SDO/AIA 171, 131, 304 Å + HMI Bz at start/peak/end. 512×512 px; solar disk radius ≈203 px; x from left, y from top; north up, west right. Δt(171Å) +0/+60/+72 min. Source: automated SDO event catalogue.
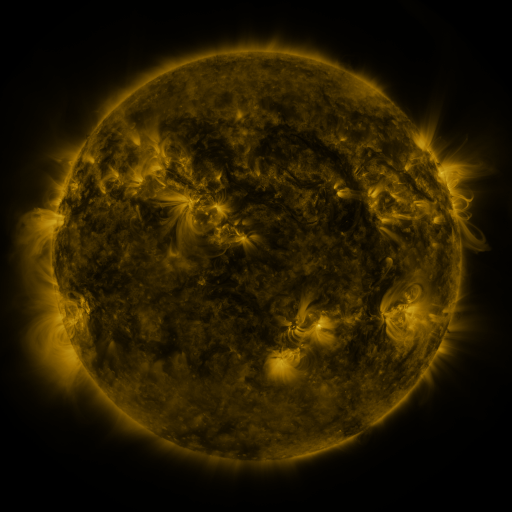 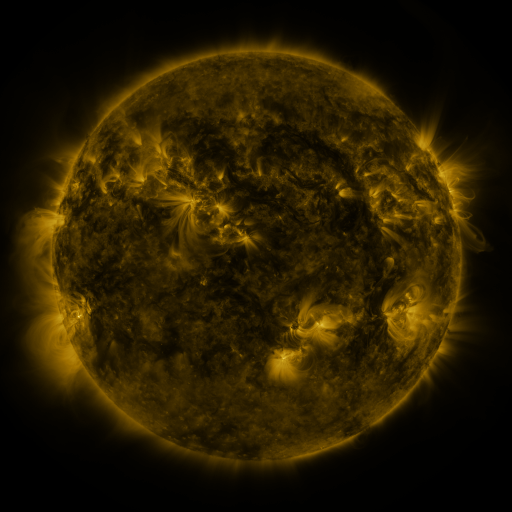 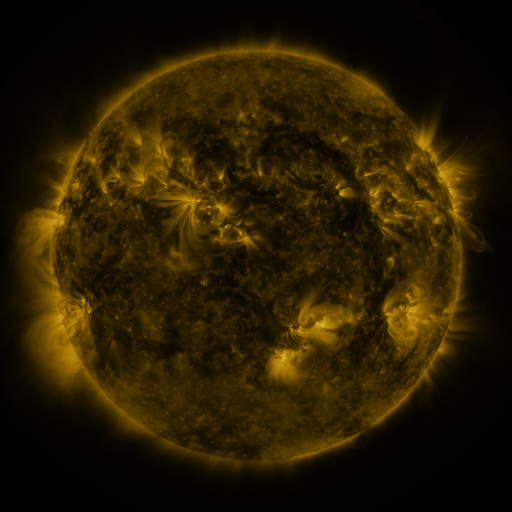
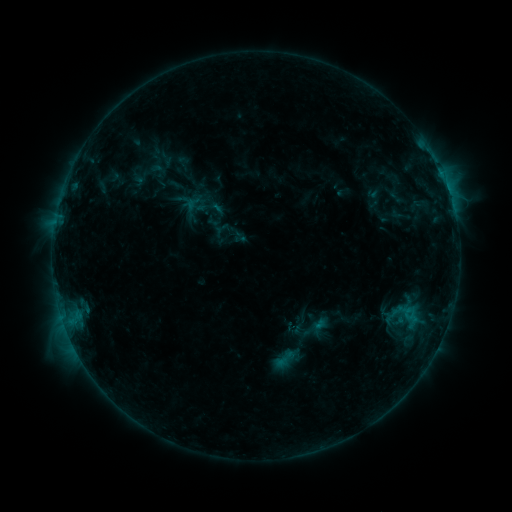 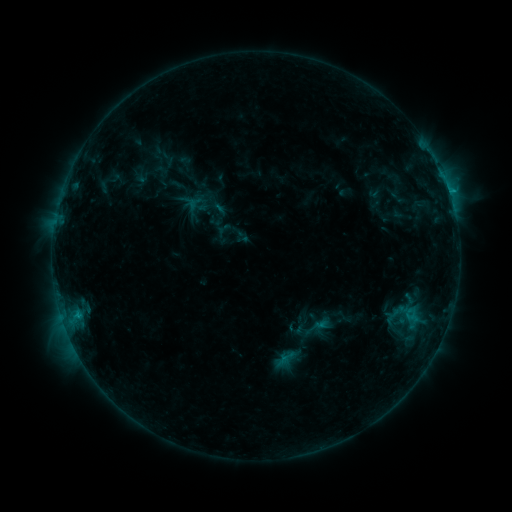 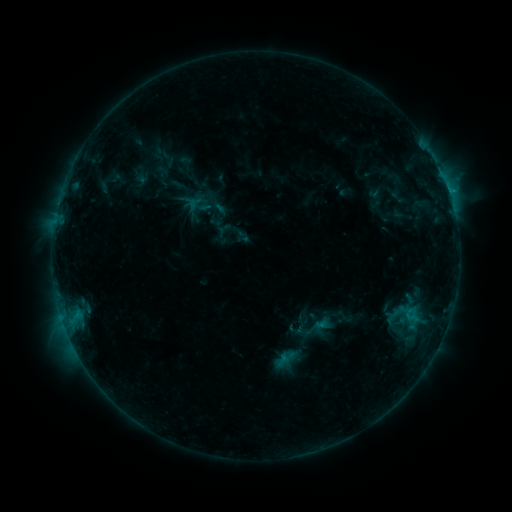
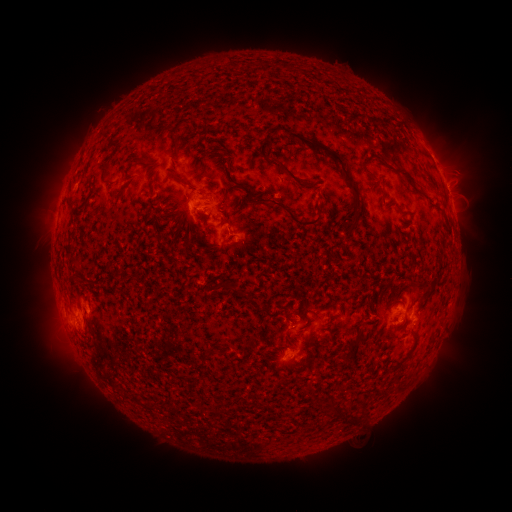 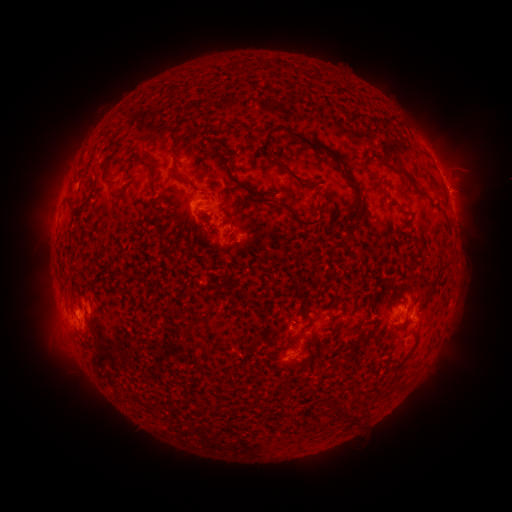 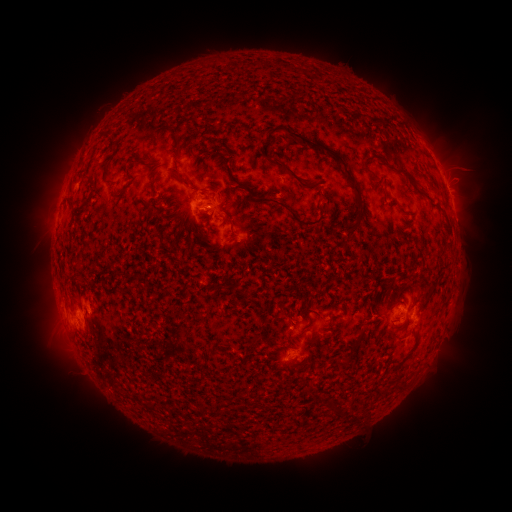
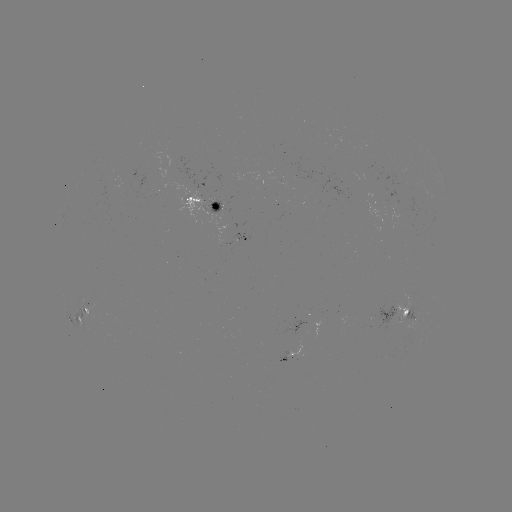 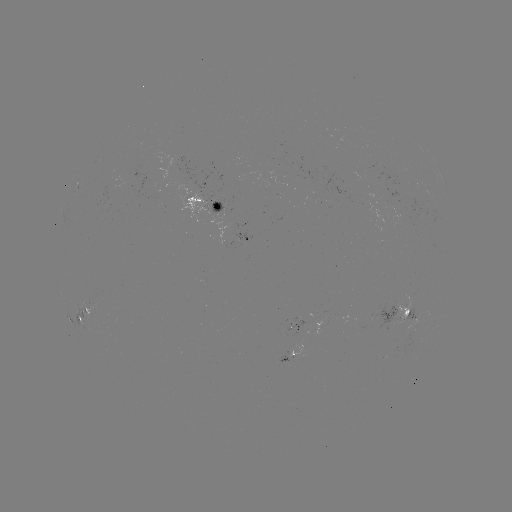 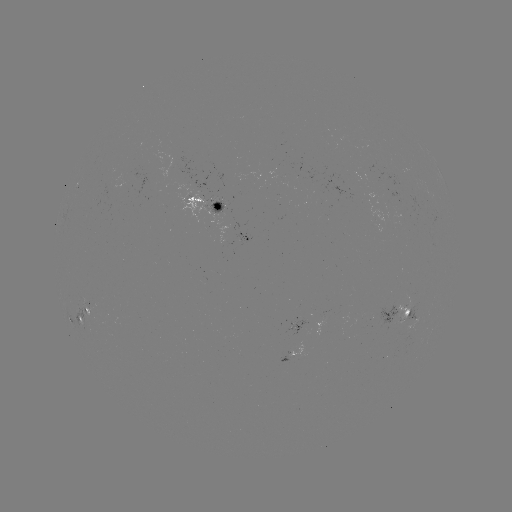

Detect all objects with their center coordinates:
emerging-flux region: (294, 328)
